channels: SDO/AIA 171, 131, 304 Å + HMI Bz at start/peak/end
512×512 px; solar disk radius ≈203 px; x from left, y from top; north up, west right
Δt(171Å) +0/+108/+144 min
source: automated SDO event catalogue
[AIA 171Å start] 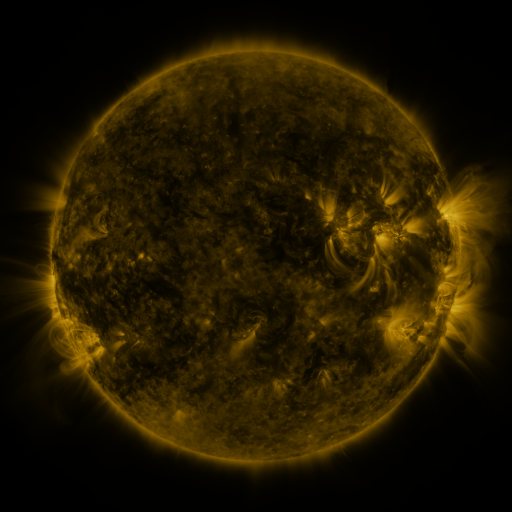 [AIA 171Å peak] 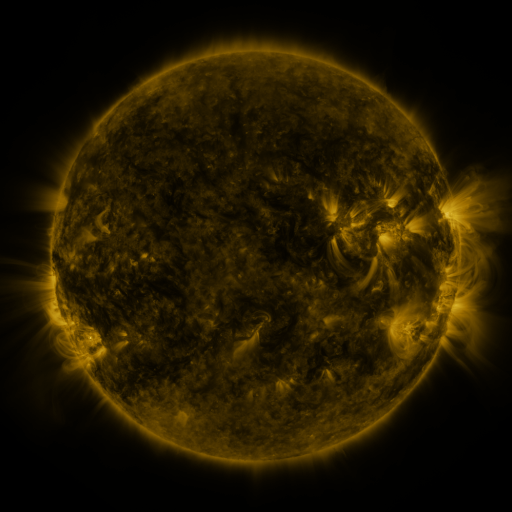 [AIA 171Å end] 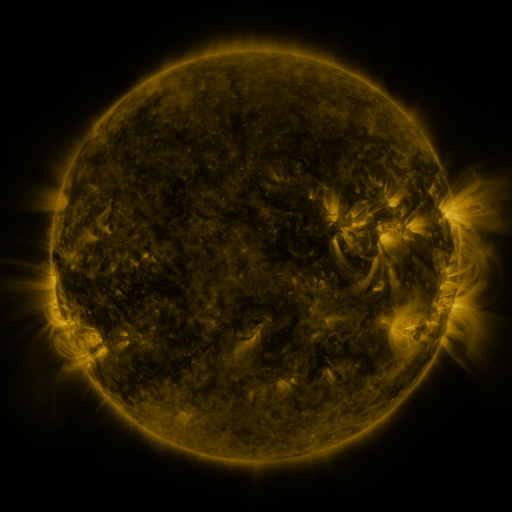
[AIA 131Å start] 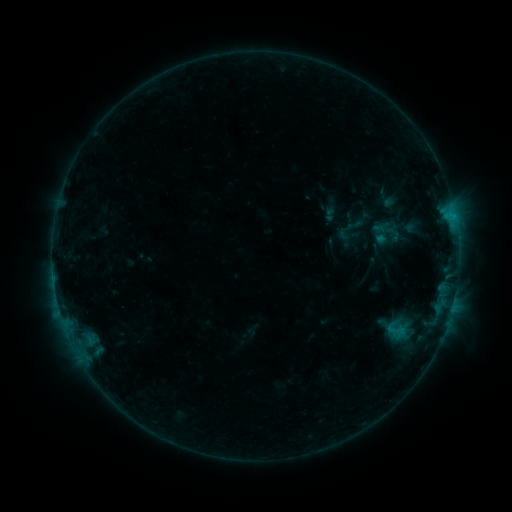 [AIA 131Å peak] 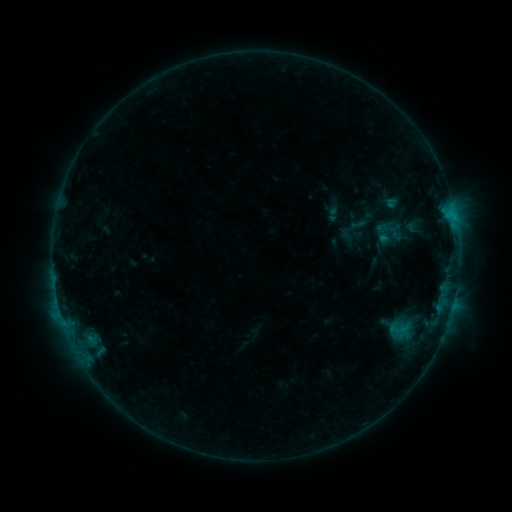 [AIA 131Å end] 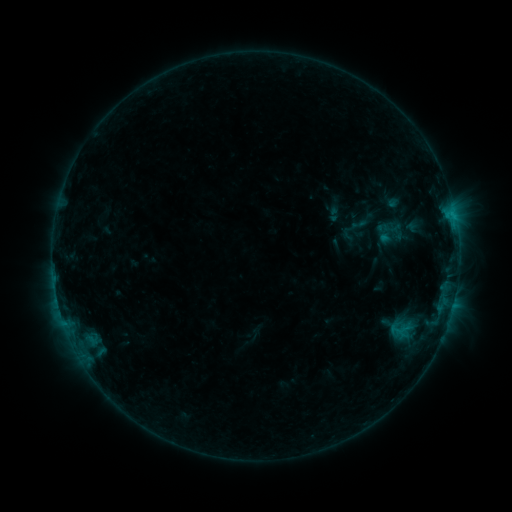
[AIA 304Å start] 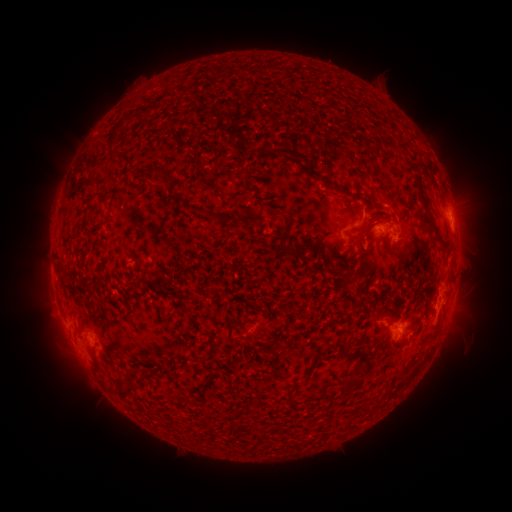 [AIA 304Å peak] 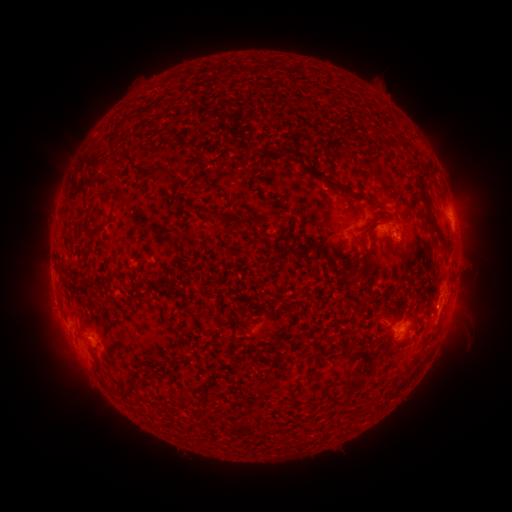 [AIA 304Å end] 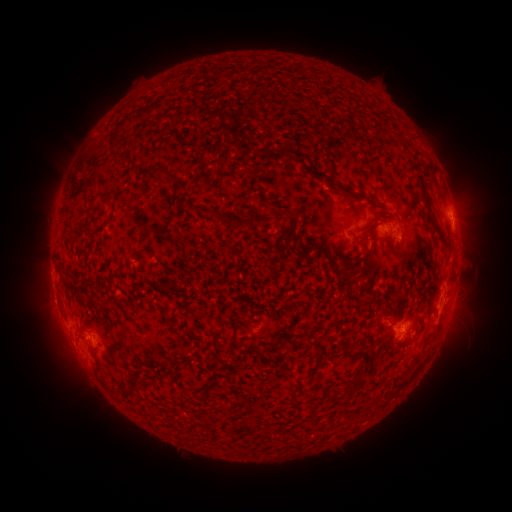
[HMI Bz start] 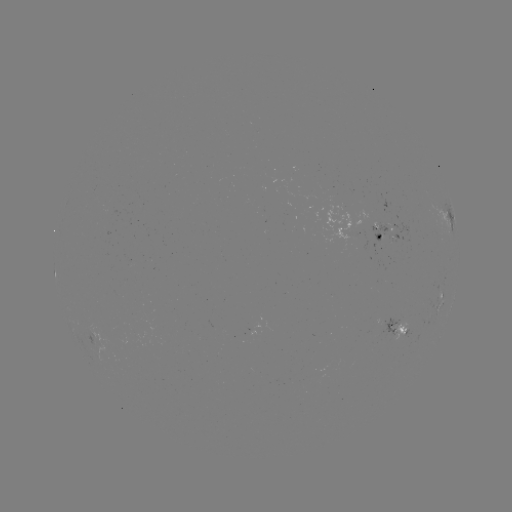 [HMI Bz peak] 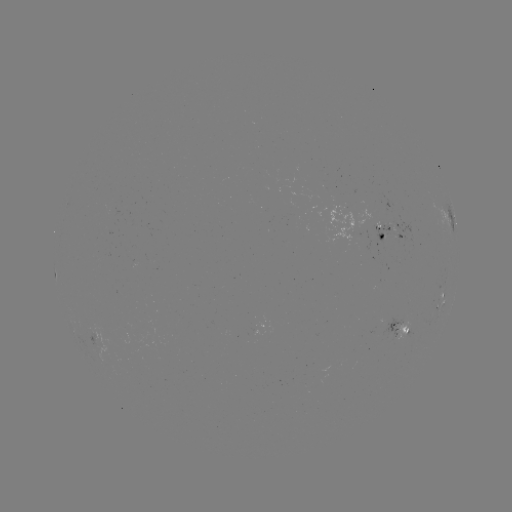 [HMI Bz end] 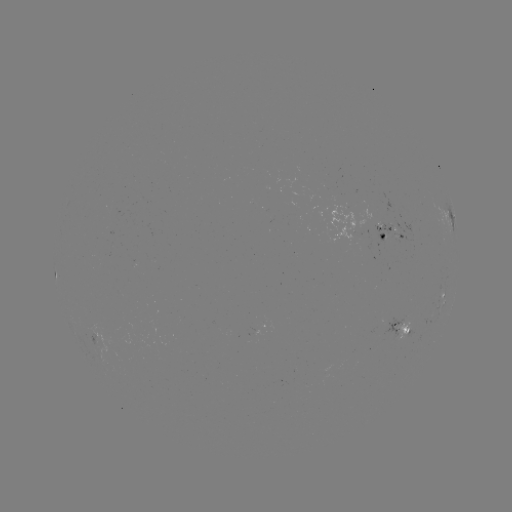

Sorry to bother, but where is emerging-flux region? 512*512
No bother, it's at [388, 322].